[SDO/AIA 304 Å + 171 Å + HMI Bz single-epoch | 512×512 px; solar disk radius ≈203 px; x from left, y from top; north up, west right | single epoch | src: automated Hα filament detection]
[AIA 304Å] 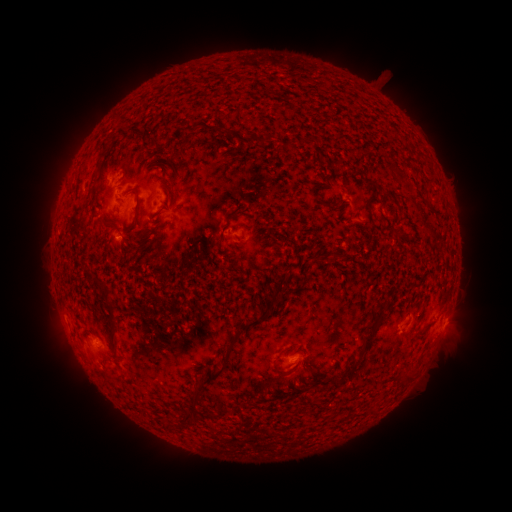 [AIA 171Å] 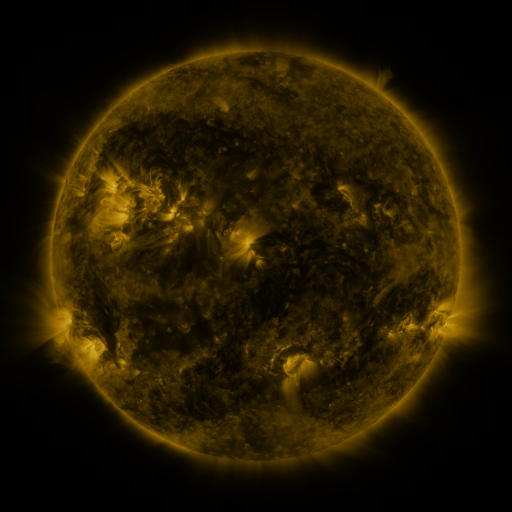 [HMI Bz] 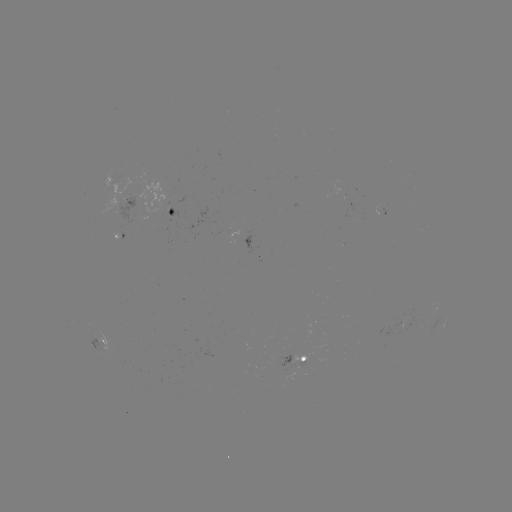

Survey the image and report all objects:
filament: (265, 140)
filament: (377, 192)
filament: (330, 208)
filament: (369, 209)
filament: (231, 215)
filament: (396, 232)
filament: (106, 295)
filament: (255, 323)
filament: (377, 323)
filament: (353, 363)
filament: (277, 373)
filament: (211, 375)
filament: (405, 380)
filament: (192, 400)
